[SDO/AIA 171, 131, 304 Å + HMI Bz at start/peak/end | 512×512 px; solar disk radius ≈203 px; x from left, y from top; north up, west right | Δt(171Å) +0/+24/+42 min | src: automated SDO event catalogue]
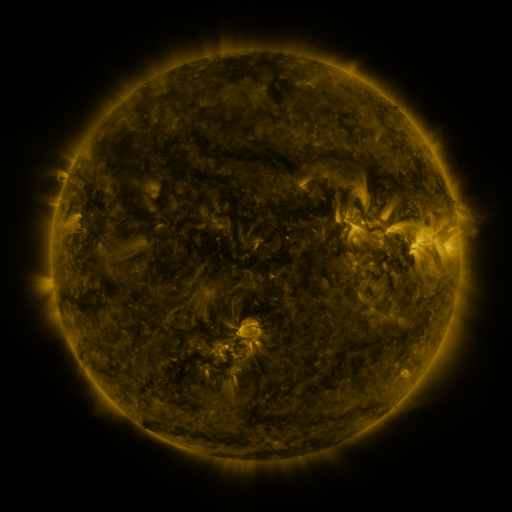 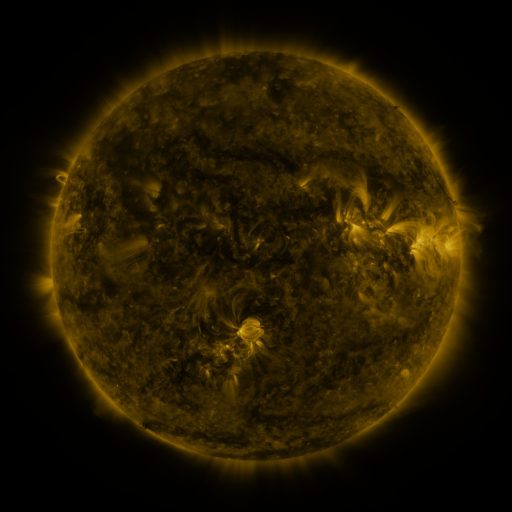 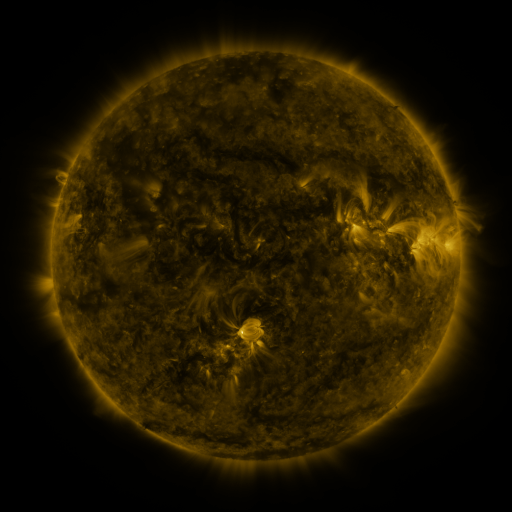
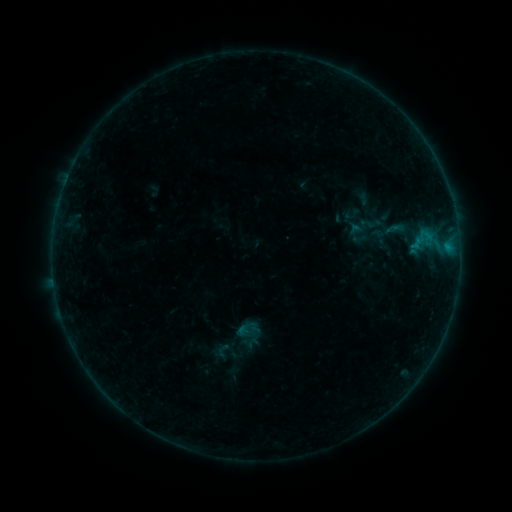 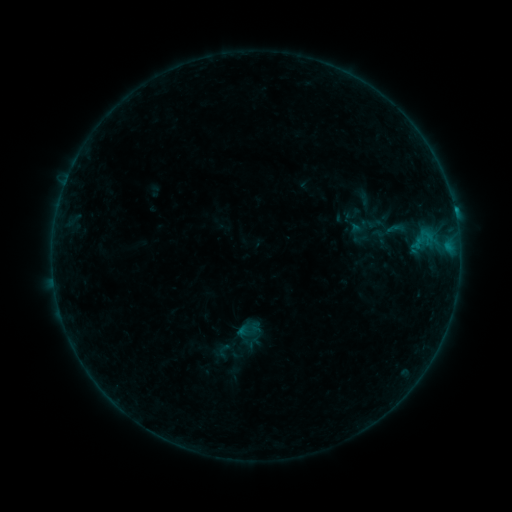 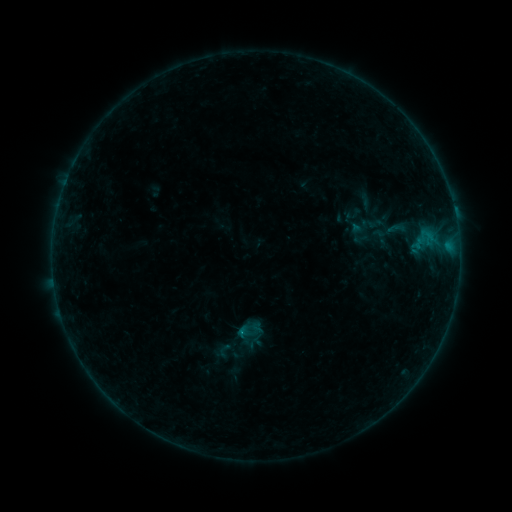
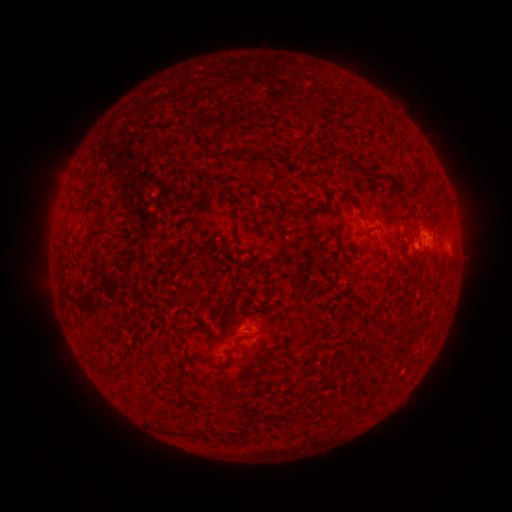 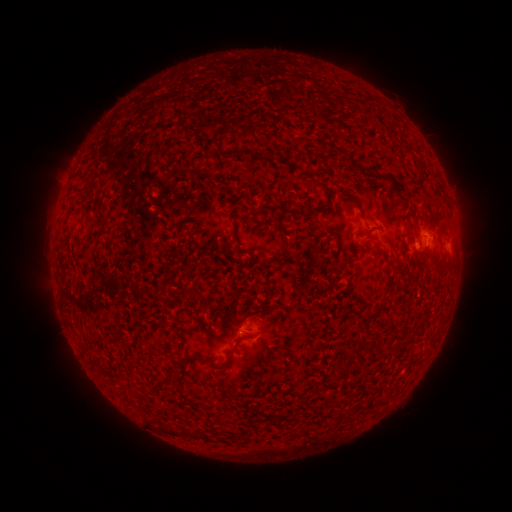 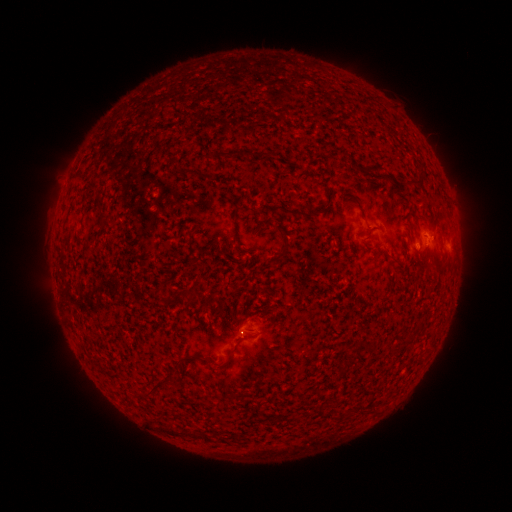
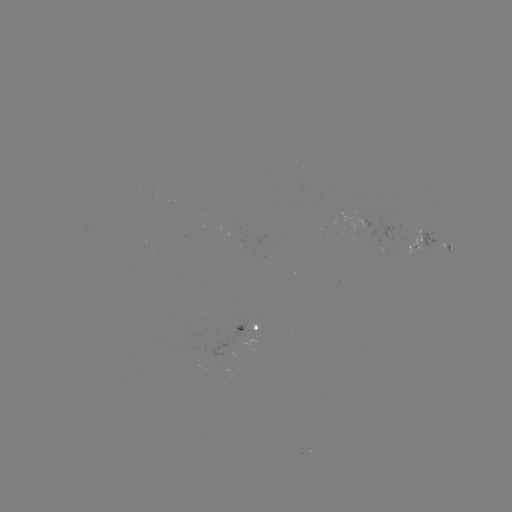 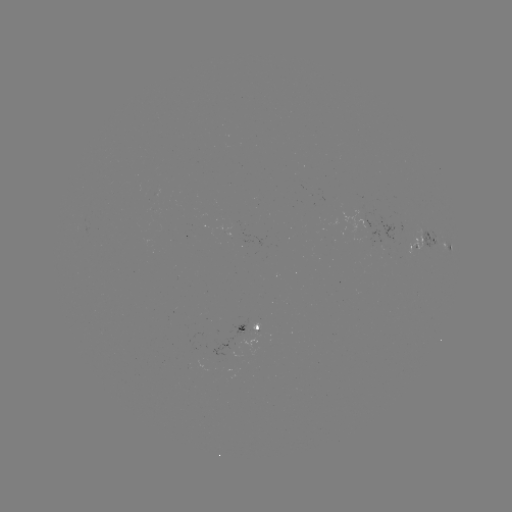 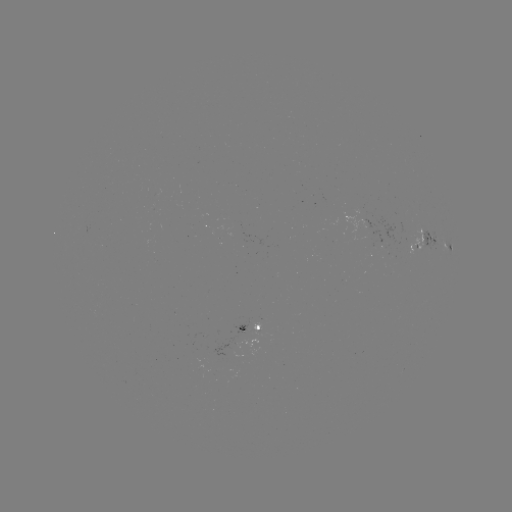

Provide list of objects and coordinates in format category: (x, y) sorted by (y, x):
B4.2 flare: (454, 214)
